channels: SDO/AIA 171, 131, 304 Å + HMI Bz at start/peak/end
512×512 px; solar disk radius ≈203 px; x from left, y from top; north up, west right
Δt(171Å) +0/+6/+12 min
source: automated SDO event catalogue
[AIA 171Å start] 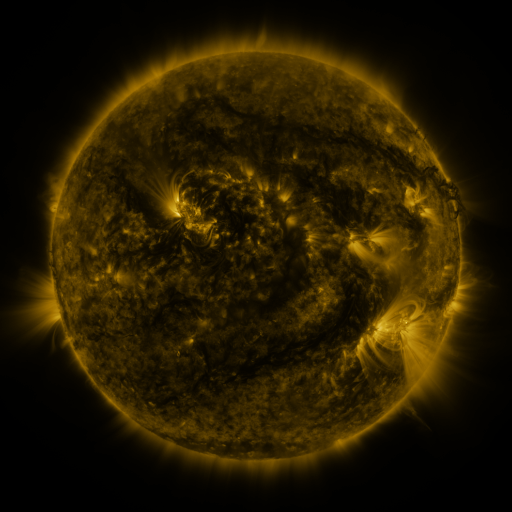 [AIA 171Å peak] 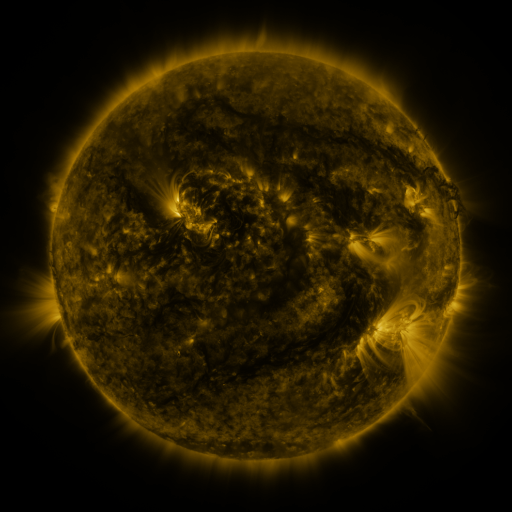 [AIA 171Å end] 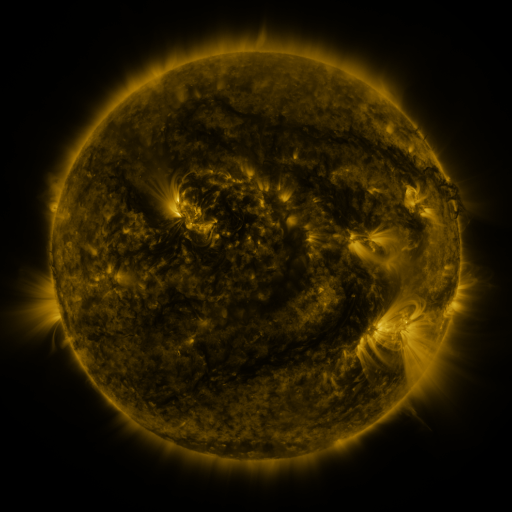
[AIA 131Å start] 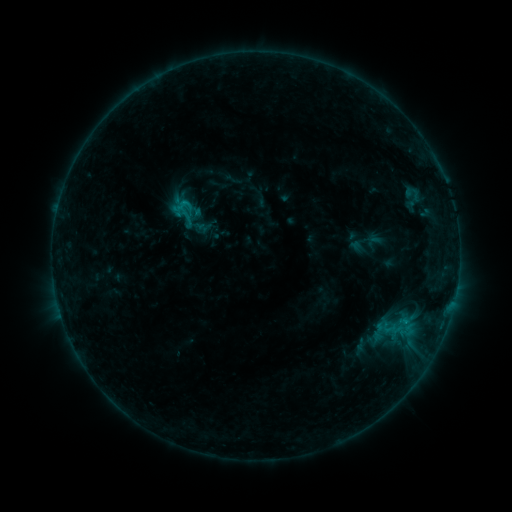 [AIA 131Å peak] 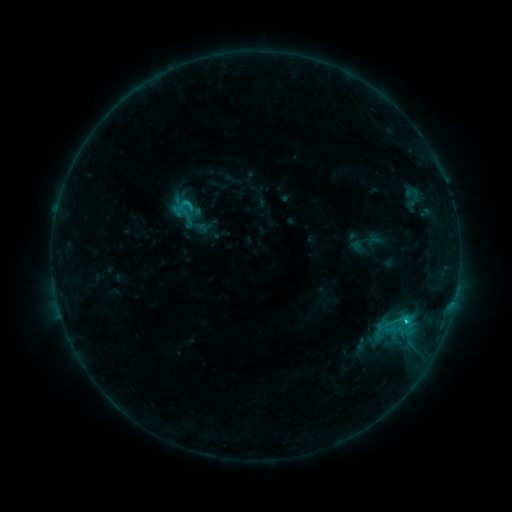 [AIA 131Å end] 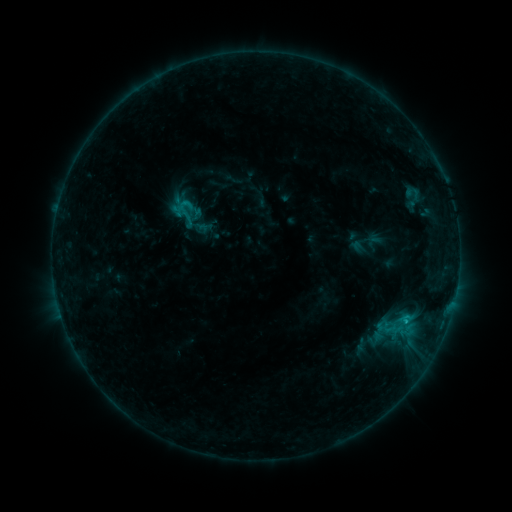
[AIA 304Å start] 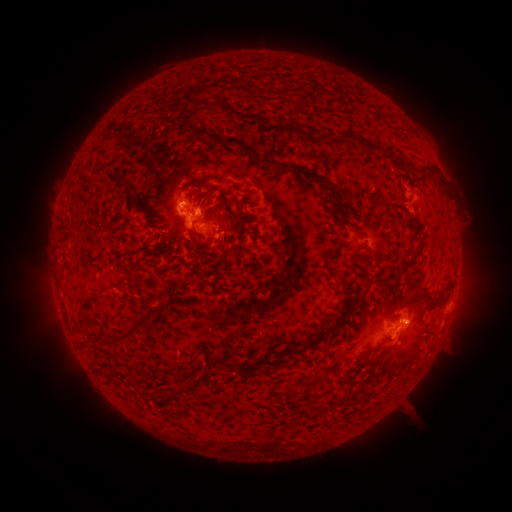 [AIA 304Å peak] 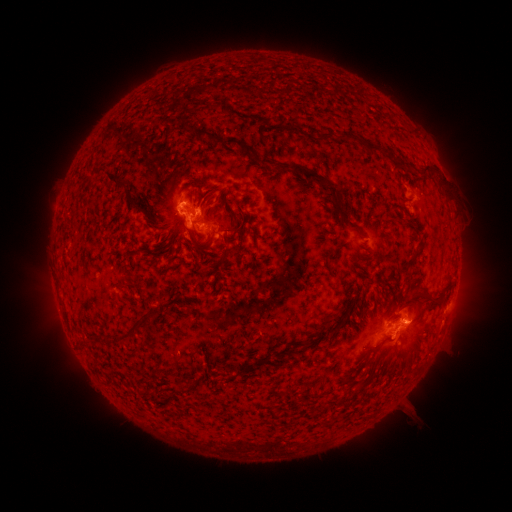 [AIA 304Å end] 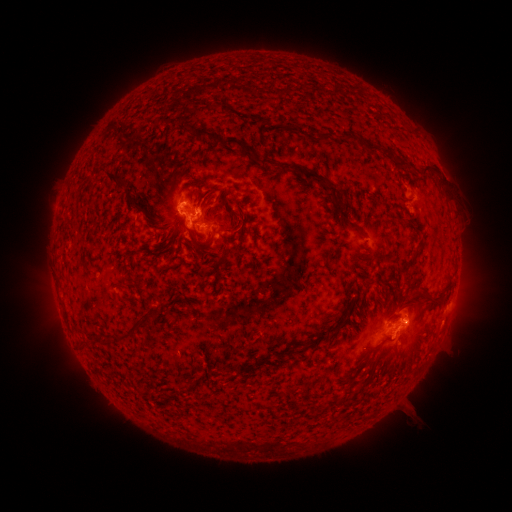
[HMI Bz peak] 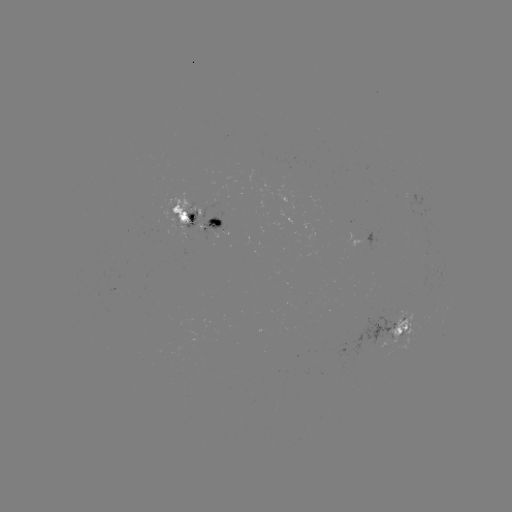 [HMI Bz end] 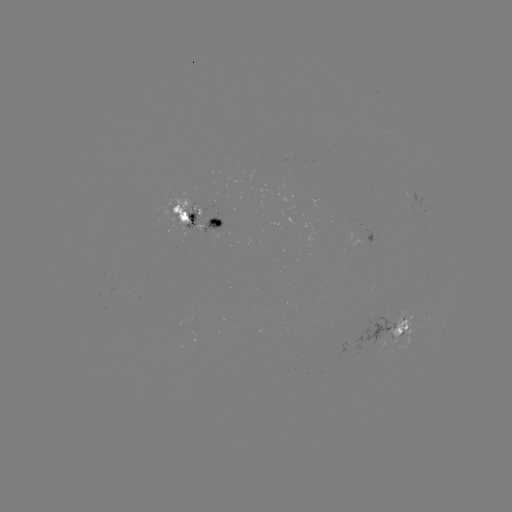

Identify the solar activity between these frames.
C1.2 flare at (405, 319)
